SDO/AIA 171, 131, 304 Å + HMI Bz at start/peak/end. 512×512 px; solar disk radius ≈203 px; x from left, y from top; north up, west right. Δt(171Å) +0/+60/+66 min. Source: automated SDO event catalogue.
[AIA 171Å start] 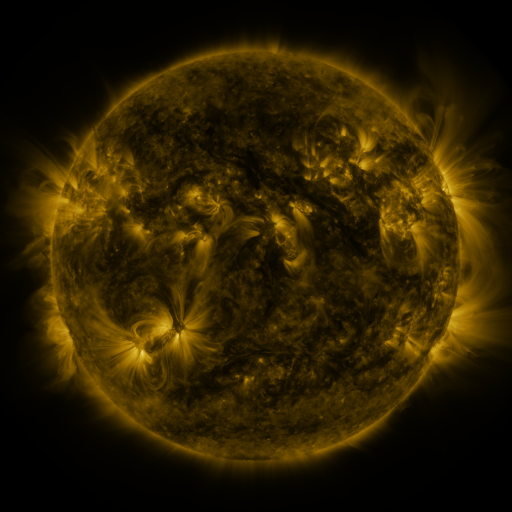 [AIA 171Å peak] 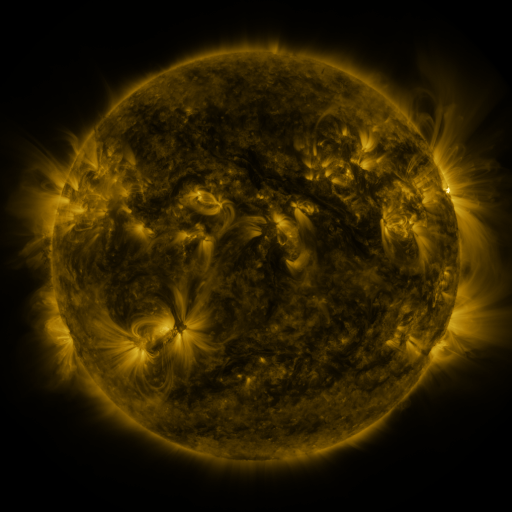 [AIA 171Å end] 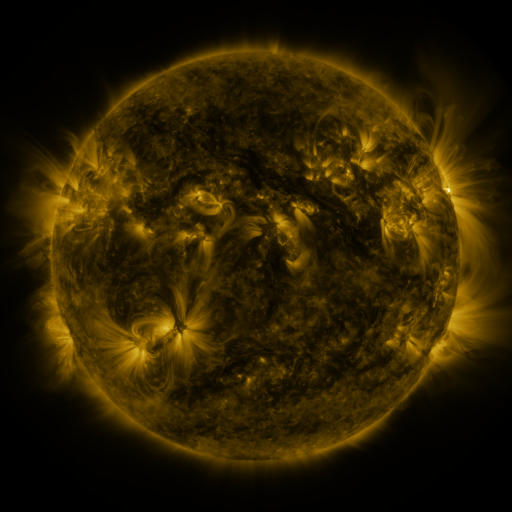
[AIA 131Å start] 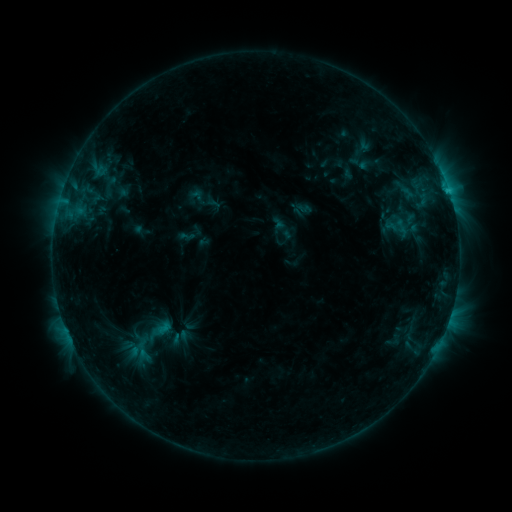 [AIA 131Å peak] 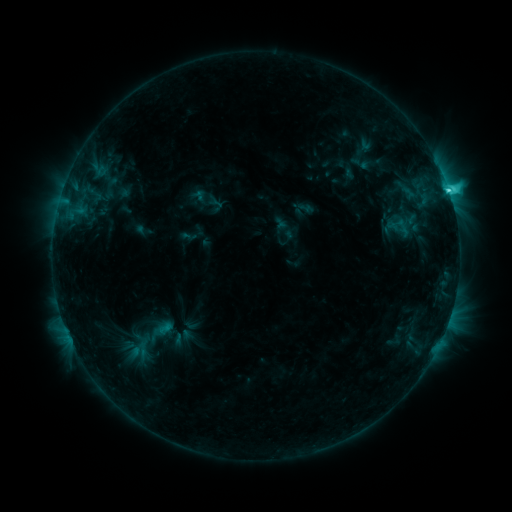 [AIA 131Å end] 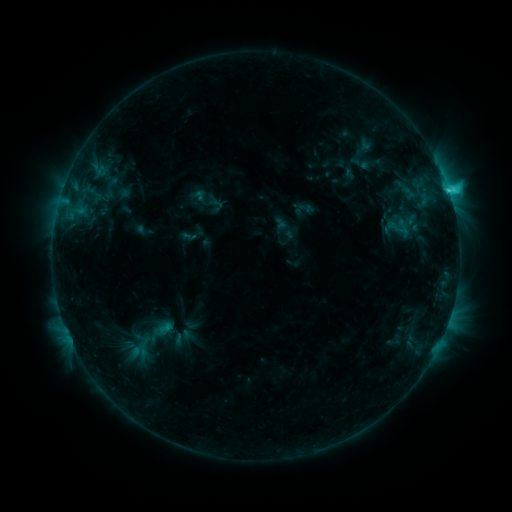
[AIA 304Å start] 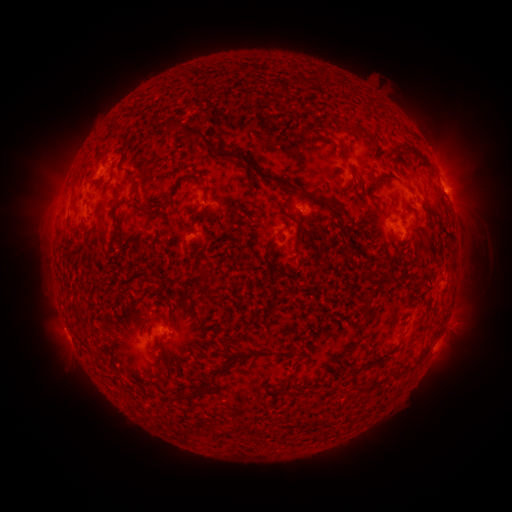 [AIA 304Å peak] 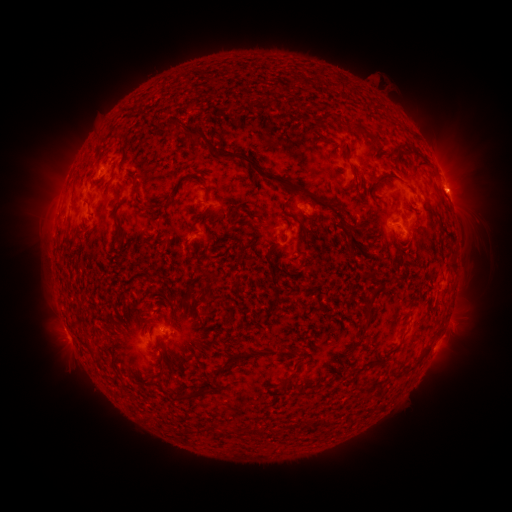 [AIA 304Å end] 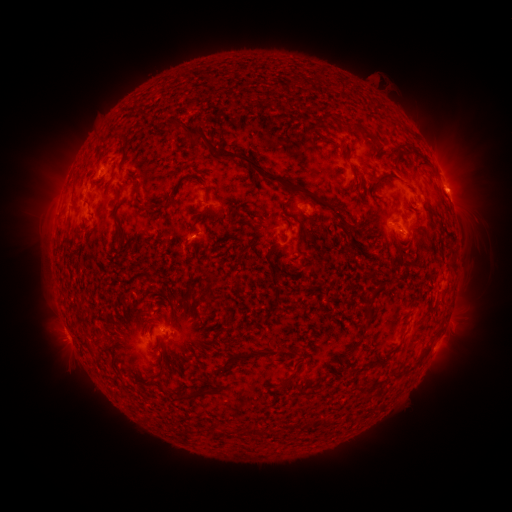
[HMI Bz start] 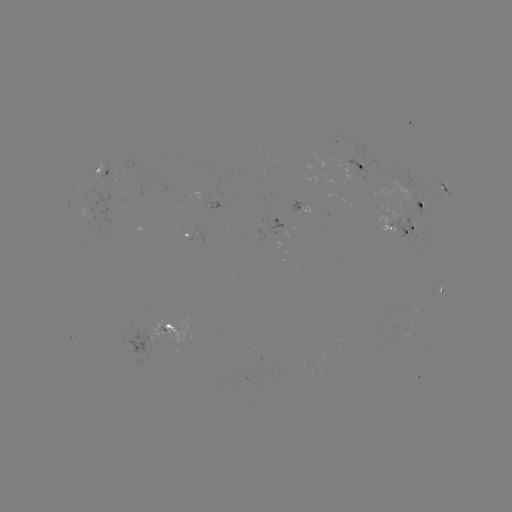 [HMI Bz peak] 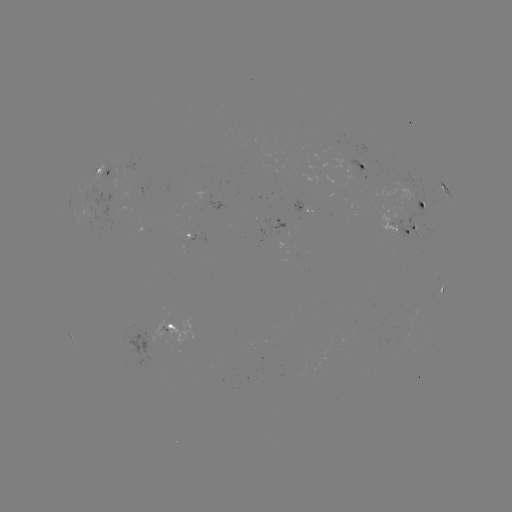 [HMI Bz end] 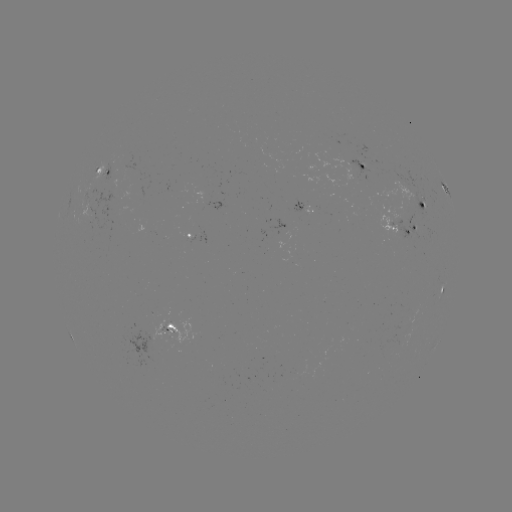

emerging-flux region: <bbox>83, 211, 91, 231</bbox>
